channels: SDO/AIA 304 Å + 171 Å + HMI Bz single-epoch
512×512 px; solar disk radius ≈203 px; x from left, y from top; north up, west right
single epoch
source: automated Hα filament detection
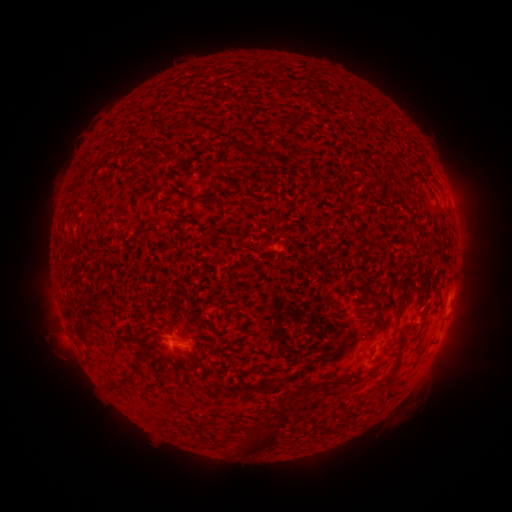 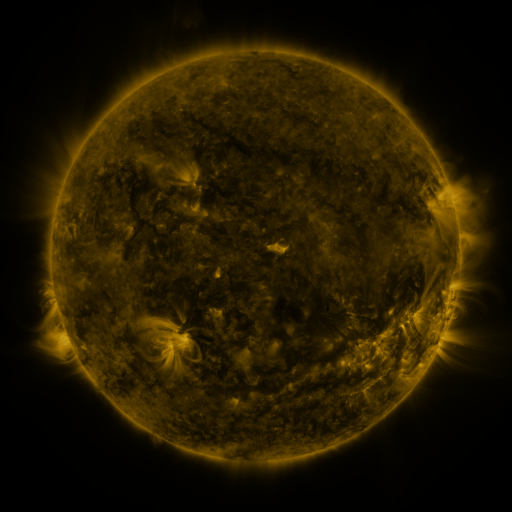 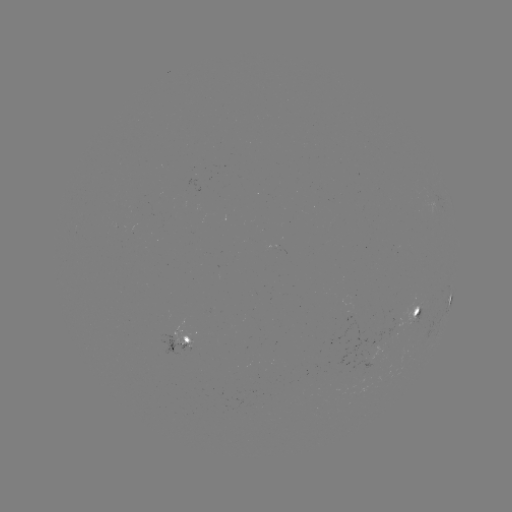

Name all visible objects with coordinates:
filament: [182, 122, 194, 132]
filament: [239, 142, 252, 151]
filament: [254, 151, 267, 159]
filament: [187, 195, 197, 204]
filament: [393, 301, 405, 319]
filament: [226, 310, 236, 318]
filament: [379, 342, 389, 358]
filament: [288, 356, 297, 365]
filament: [121, 372, 135, 381]
filament: [106, 375, 122, 389]
filament: [248, 426, 275, 452]
